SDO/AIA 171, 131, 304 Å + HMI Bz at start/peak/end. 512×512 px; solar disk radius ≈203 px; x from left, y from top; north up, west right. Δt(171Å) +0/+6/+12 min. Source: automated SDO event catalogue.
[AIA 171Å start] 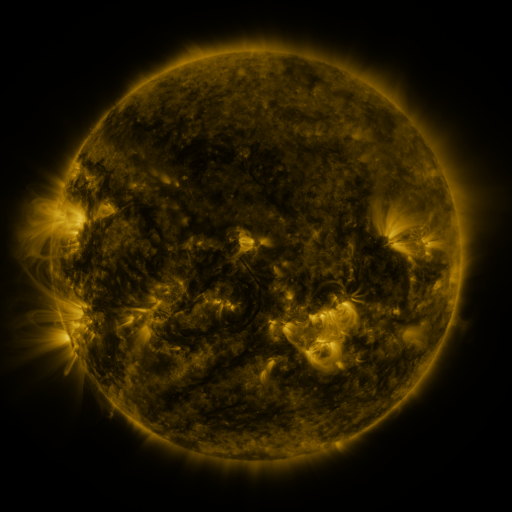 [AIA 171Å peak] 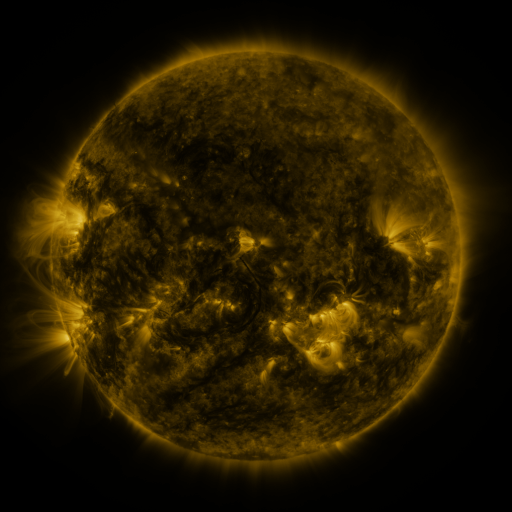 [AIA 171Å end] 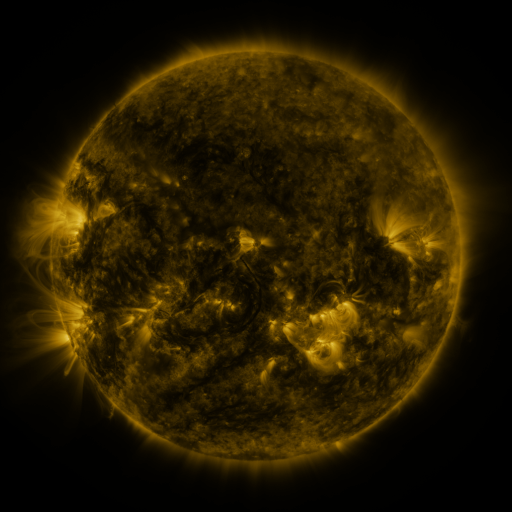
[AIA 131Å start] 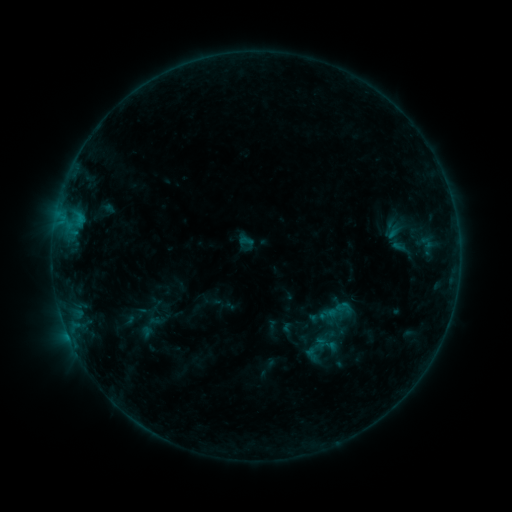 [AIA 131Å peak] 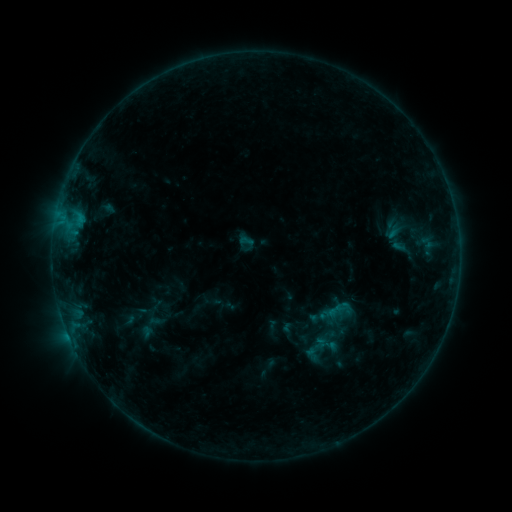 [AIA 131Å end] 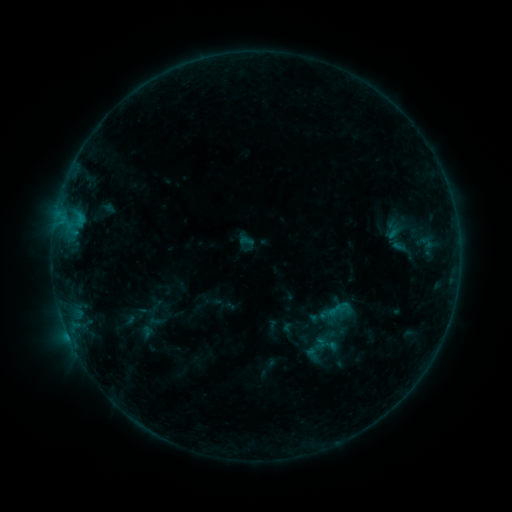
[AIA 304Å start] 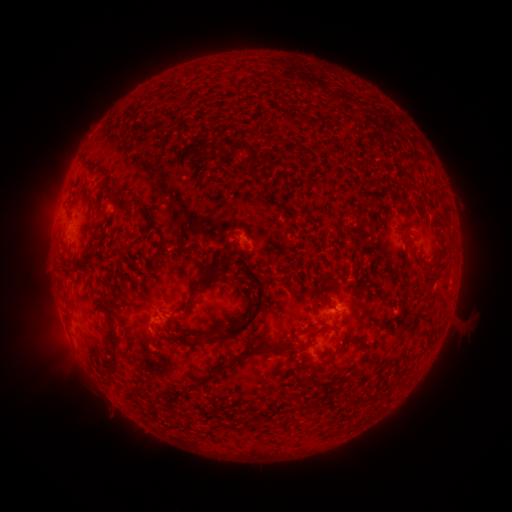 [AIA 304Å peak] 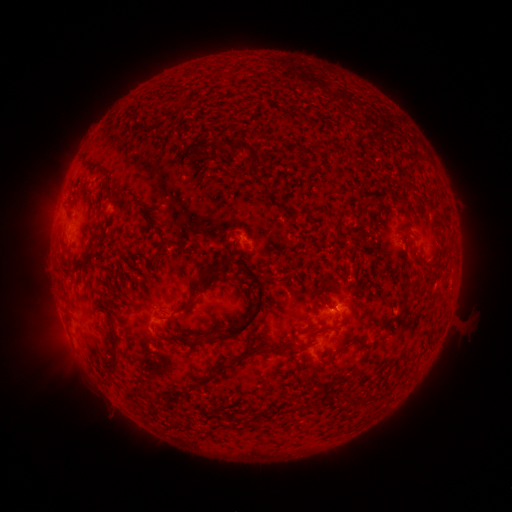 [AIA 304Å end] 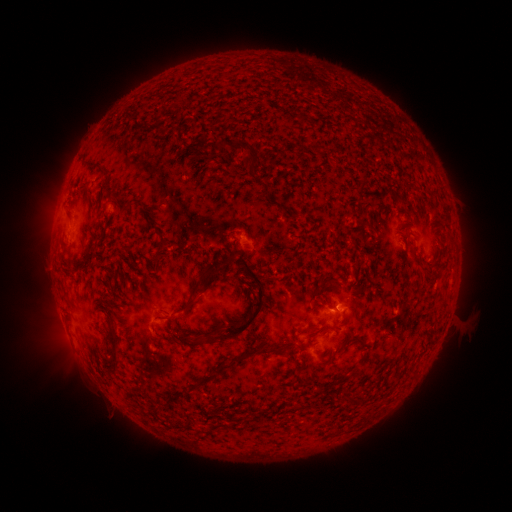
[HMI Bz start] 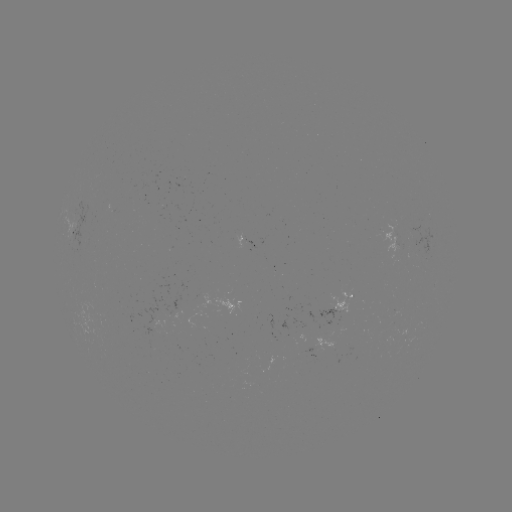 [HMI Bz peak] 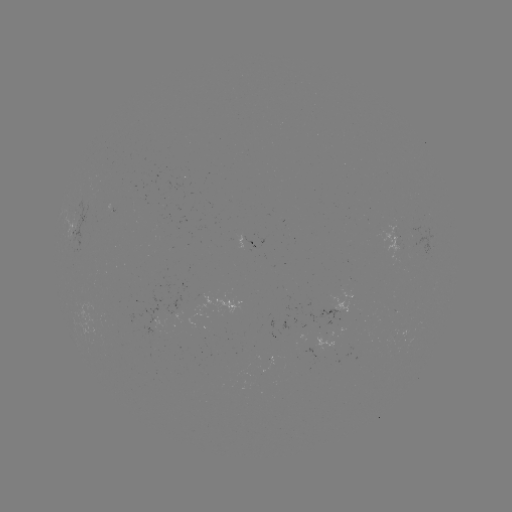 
nothing was catalogued: no classed flare, no EUV trigger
